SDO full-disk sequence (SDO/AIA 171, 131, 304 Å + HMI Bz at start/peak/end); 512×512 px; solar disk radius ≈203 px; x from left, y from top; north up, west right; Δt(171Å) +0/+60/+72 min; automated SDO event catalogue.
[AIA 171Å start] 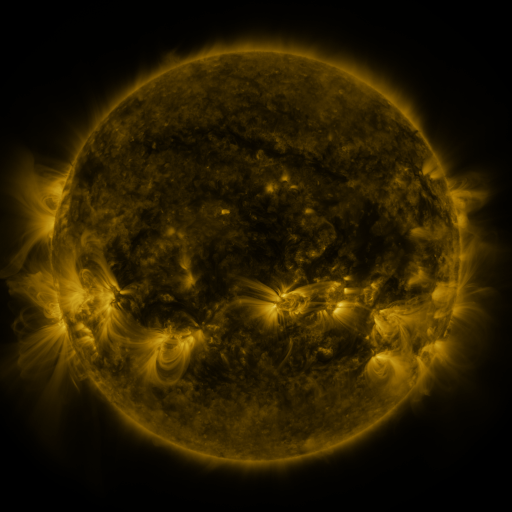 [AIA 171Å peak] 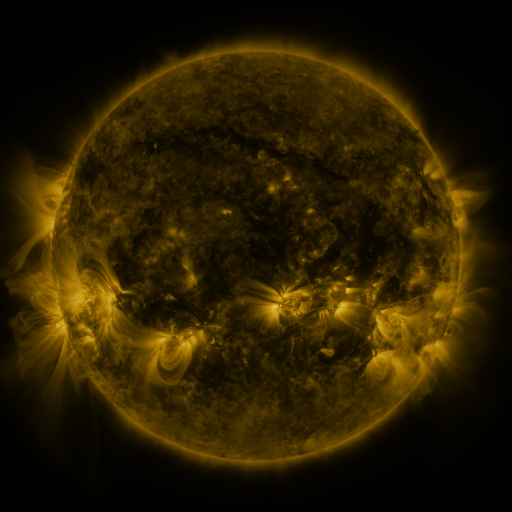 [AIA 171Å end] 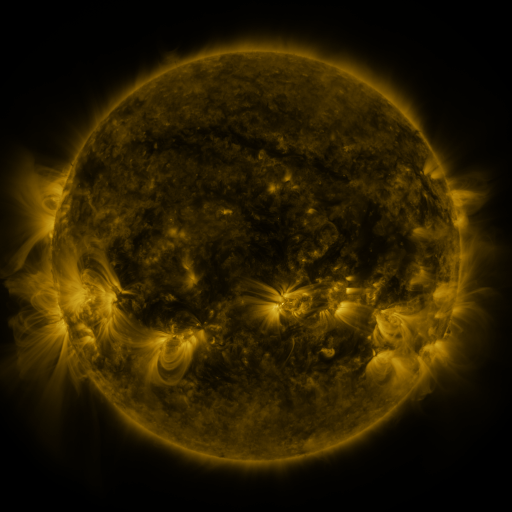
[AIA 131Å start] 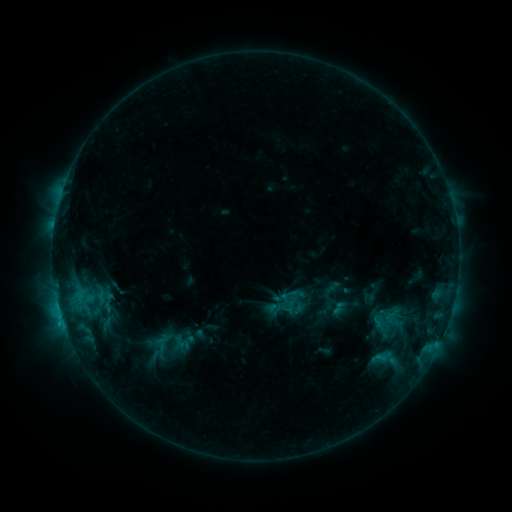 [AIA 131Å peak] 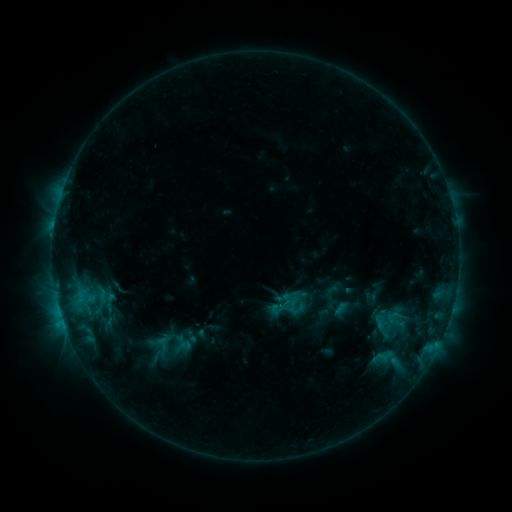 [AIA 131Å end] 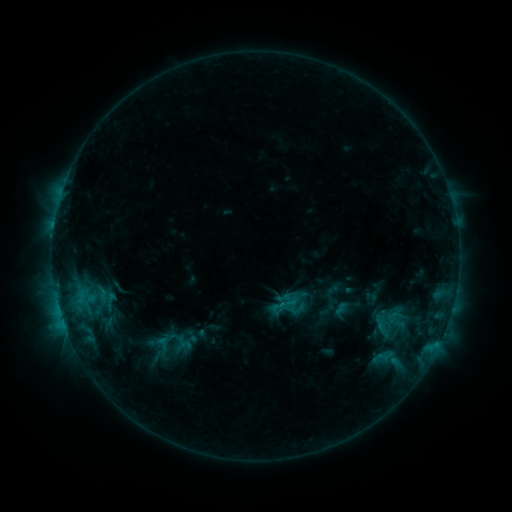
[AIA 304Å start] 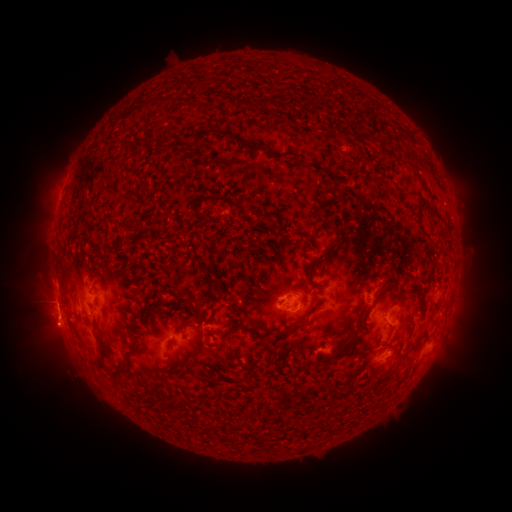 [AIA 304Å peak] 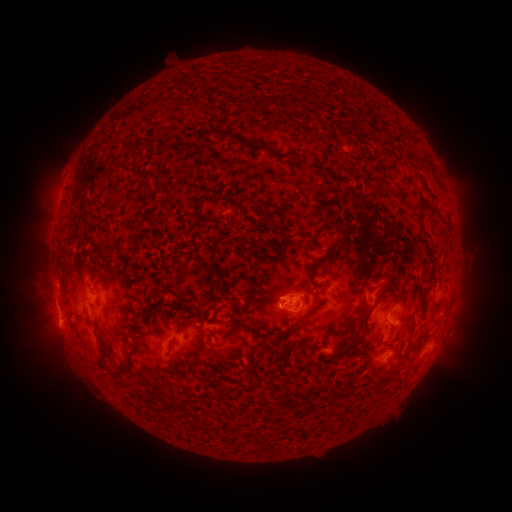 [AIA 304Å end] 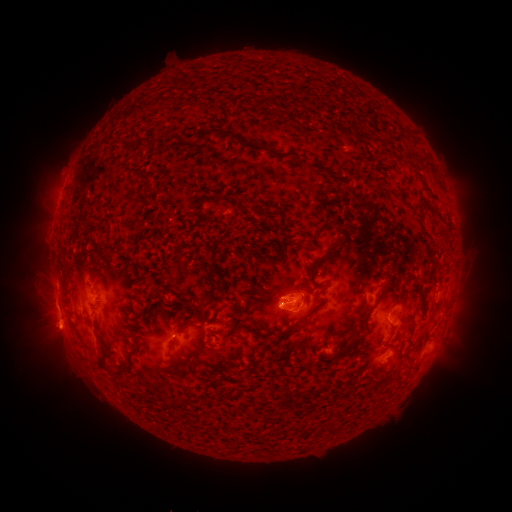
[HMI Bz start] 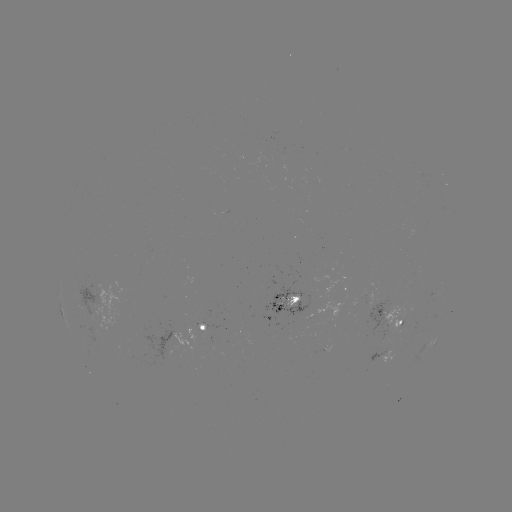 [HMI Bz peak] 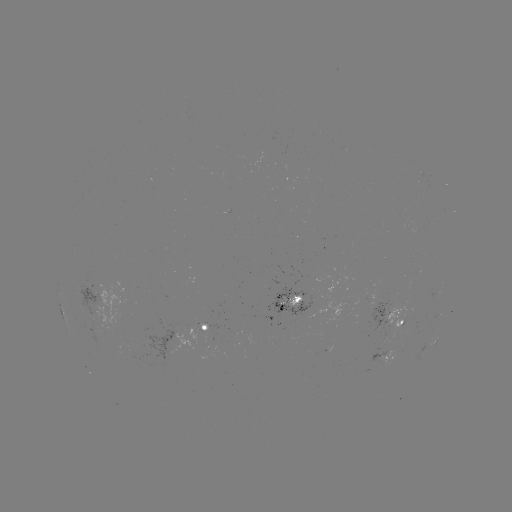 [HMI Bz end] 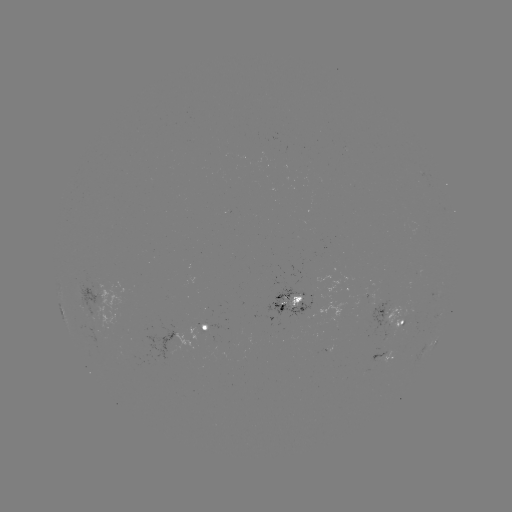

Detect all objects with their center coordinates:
emerging-flux region: (285, 303)
